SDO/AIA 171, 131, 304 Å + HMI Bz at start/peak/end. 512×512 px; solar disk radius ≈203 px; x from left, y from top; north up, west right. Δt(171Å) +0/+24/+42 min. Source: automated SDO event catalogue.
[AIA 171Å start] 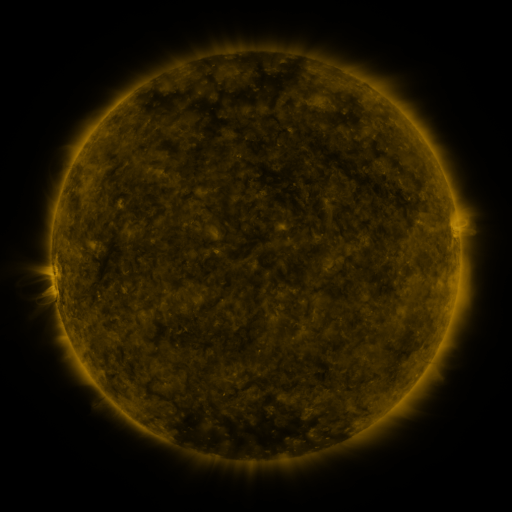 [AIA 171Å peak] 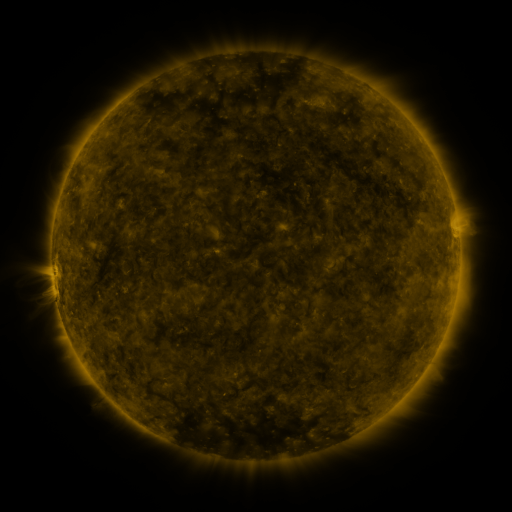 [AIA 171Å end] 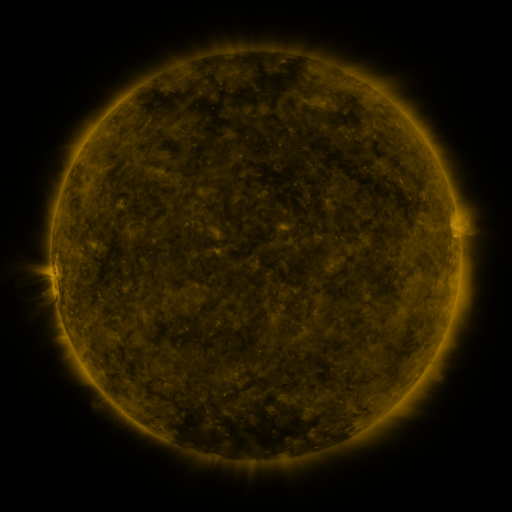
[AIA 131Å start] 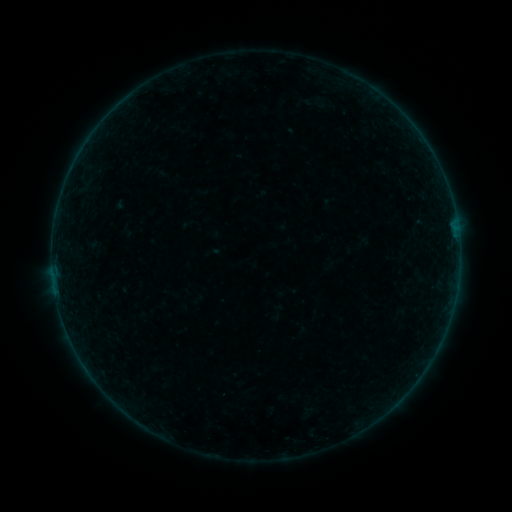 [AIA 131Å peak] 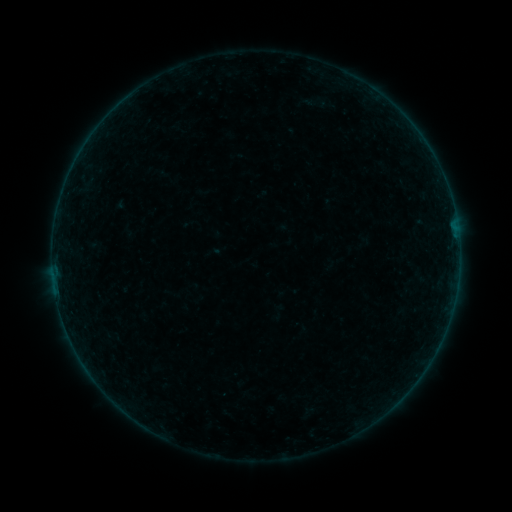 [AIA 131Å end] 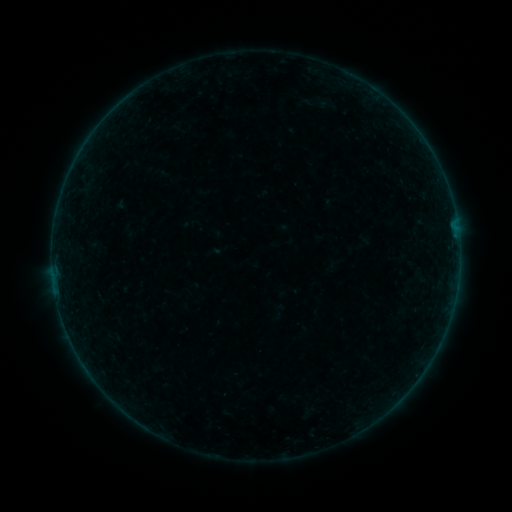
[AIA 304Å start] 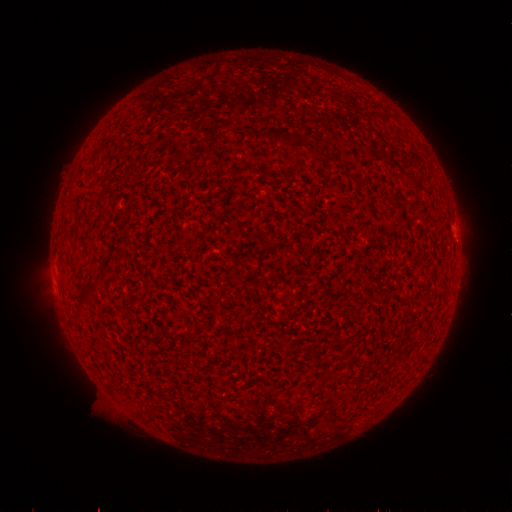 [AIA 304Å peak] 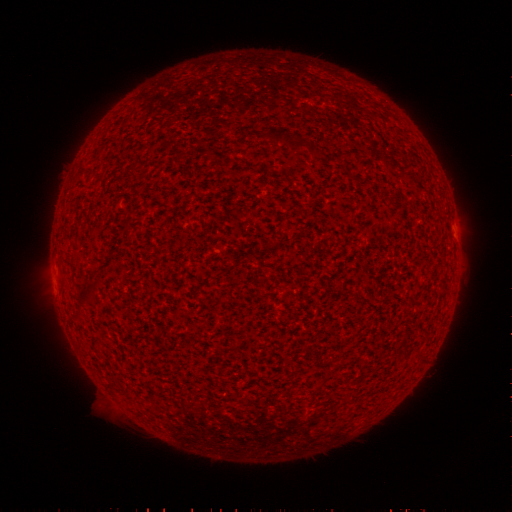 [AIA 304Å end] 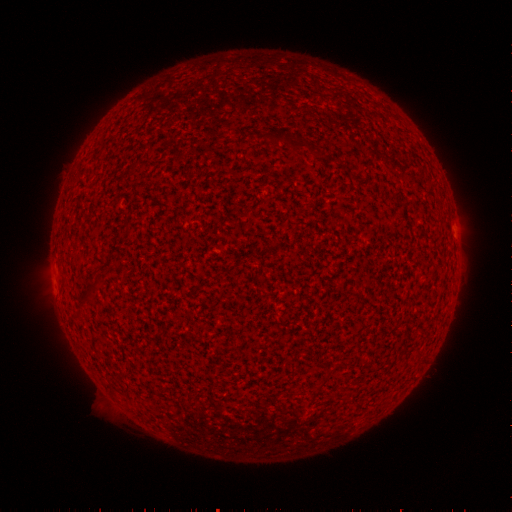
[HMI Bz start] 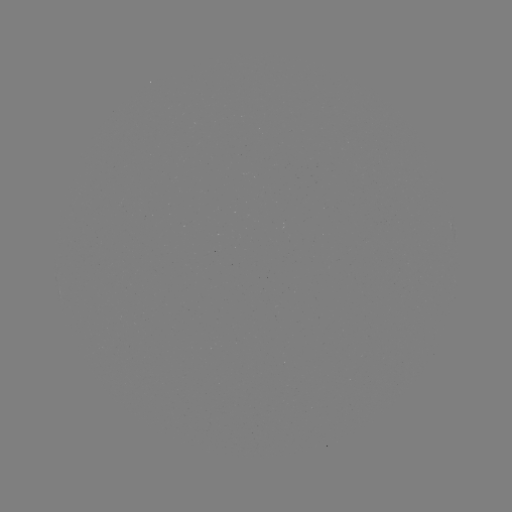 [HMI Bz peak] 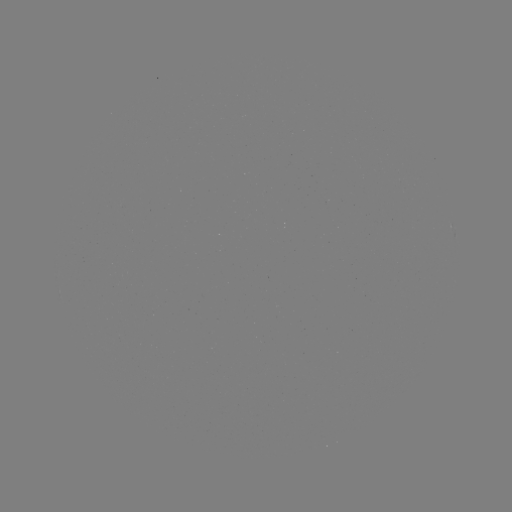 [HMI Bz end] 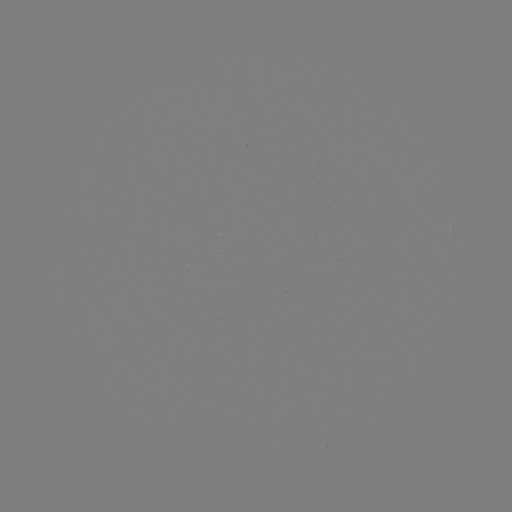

nothing was catalogued: no classed flare, no EUV trigger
